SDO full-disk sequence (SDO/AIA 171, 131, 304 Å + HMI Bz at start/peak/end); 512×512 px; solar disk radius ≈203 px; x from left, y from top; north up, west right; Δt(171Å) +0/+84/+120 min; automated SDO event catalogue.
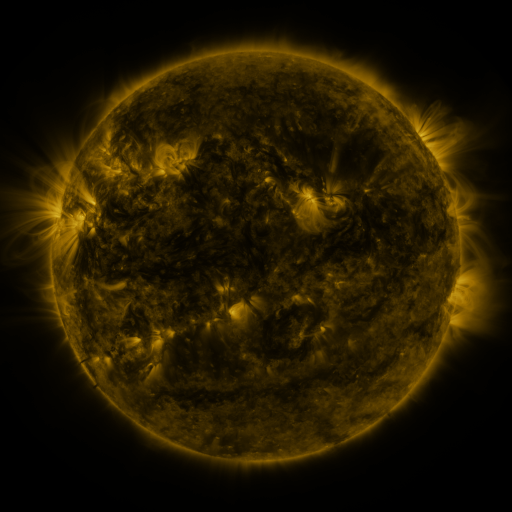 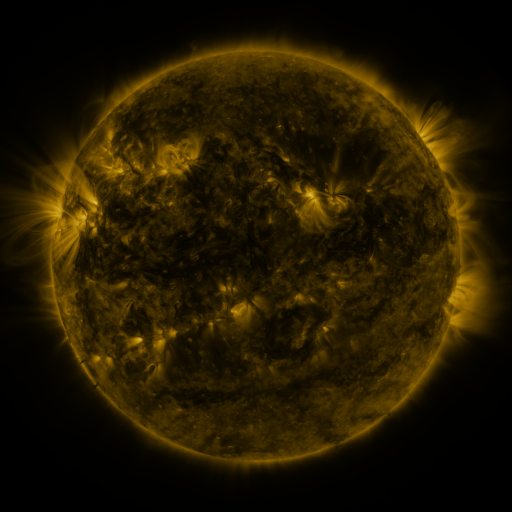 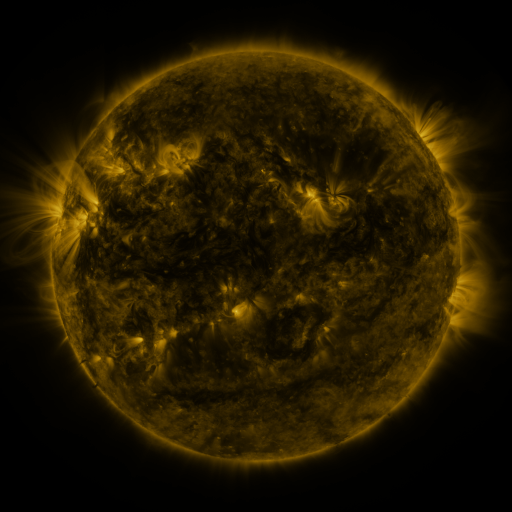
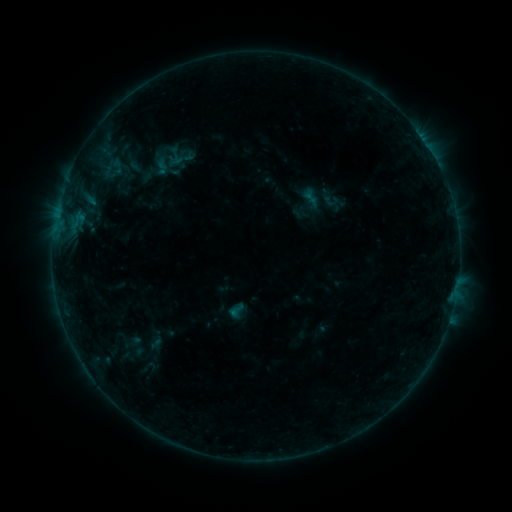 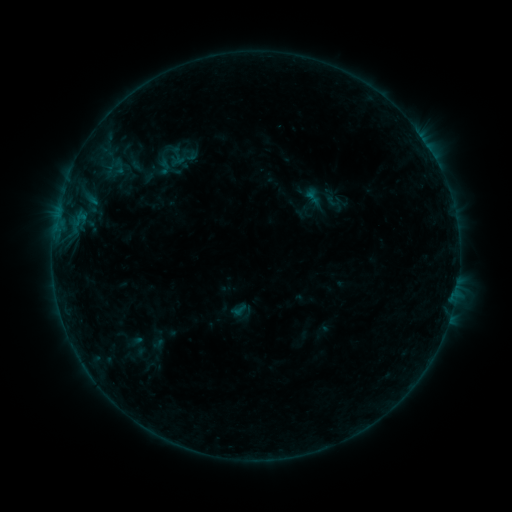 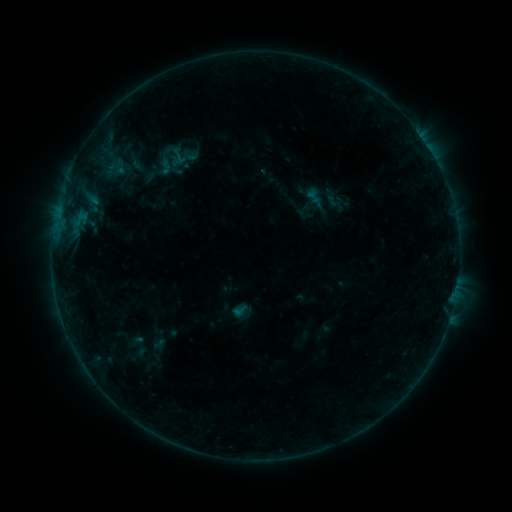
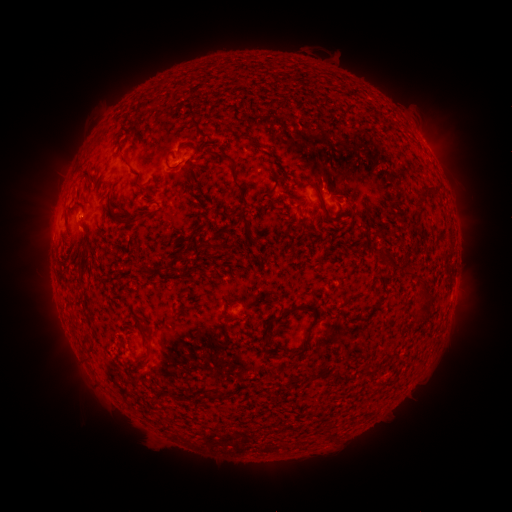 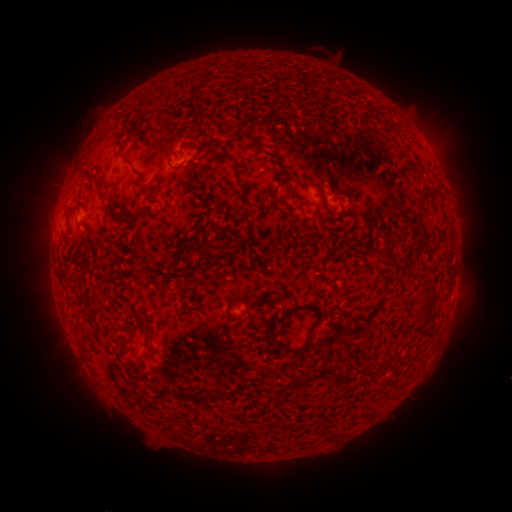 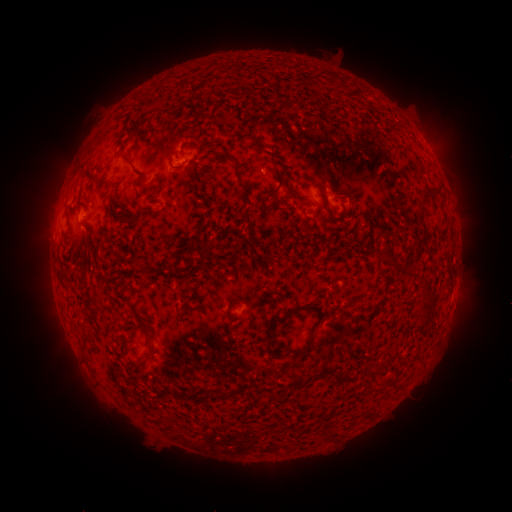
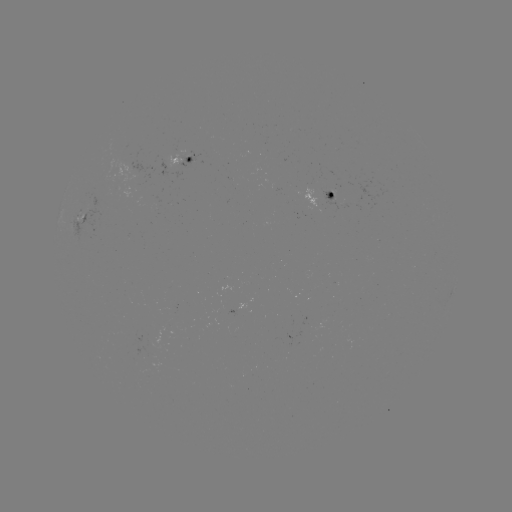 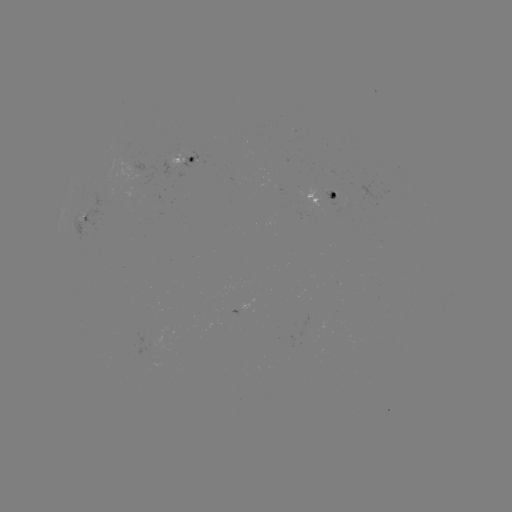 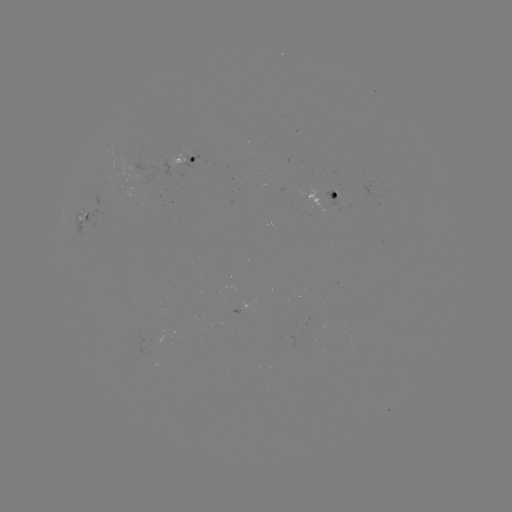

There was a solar emerging-flux region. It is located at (225, 317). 